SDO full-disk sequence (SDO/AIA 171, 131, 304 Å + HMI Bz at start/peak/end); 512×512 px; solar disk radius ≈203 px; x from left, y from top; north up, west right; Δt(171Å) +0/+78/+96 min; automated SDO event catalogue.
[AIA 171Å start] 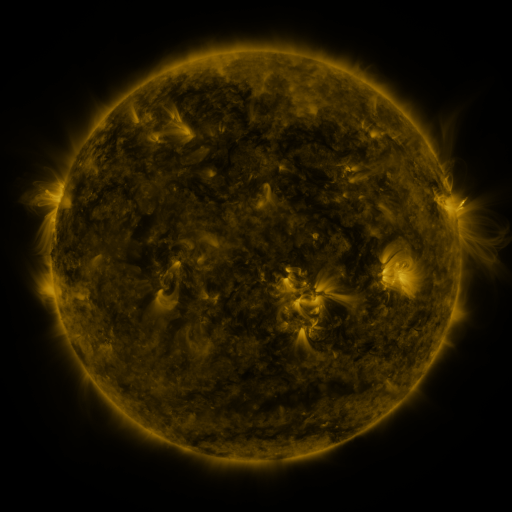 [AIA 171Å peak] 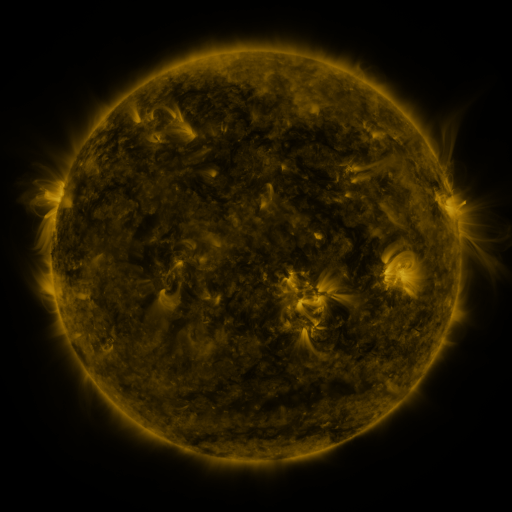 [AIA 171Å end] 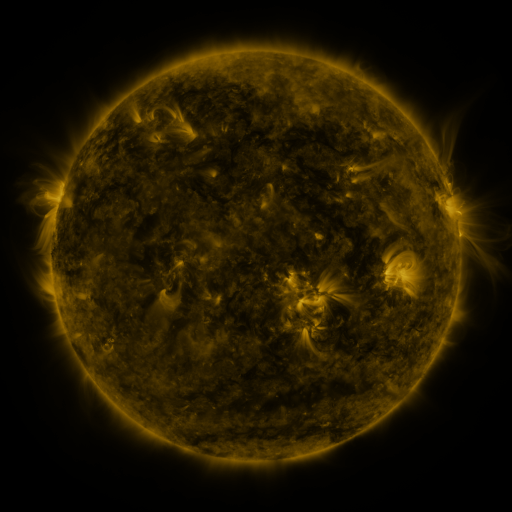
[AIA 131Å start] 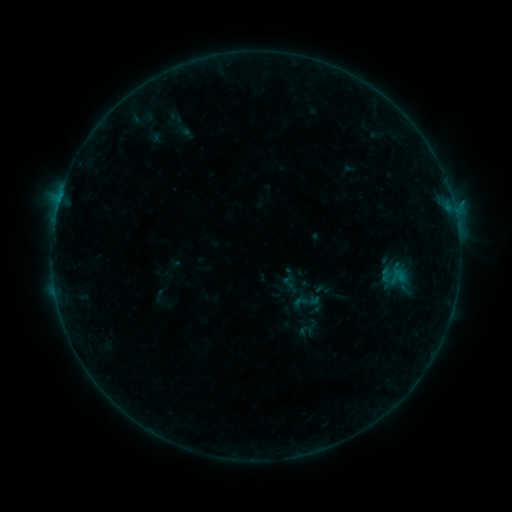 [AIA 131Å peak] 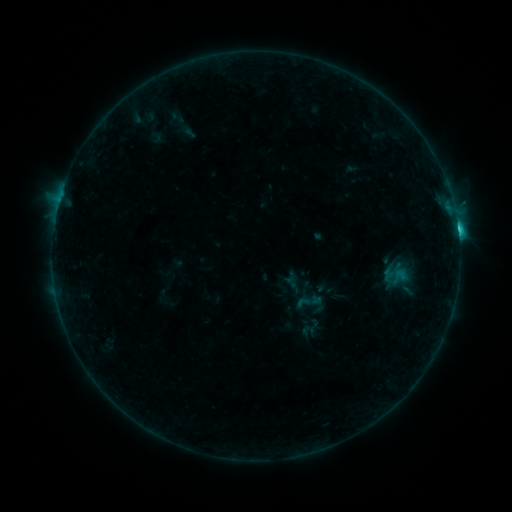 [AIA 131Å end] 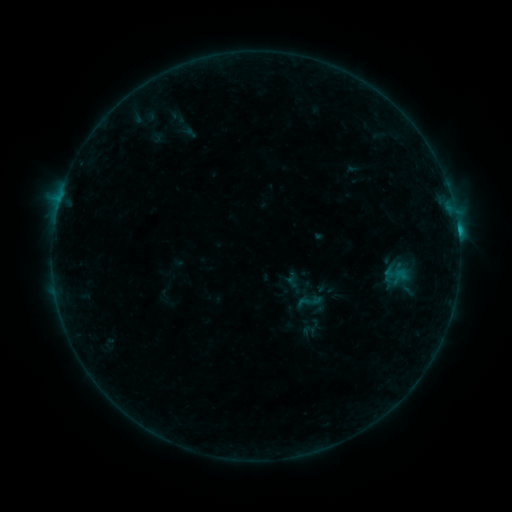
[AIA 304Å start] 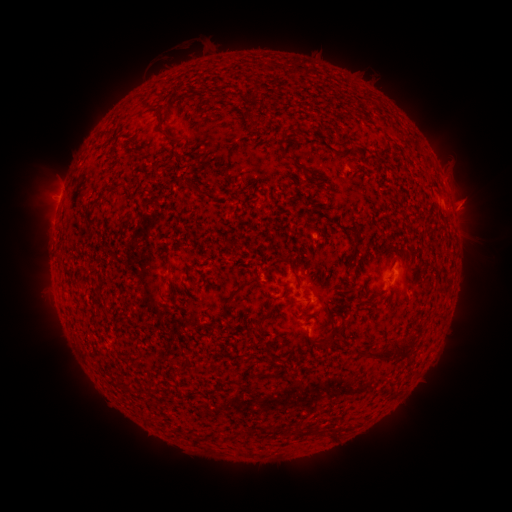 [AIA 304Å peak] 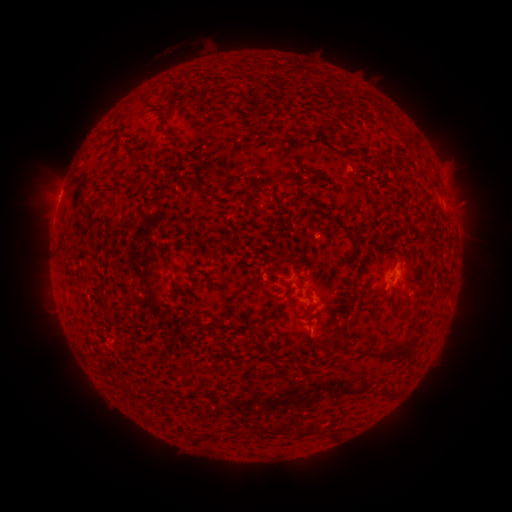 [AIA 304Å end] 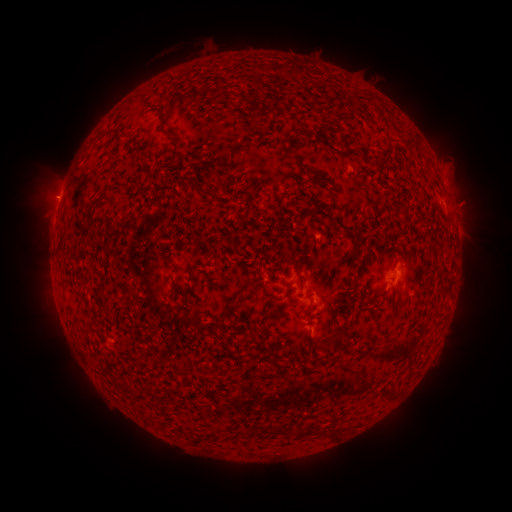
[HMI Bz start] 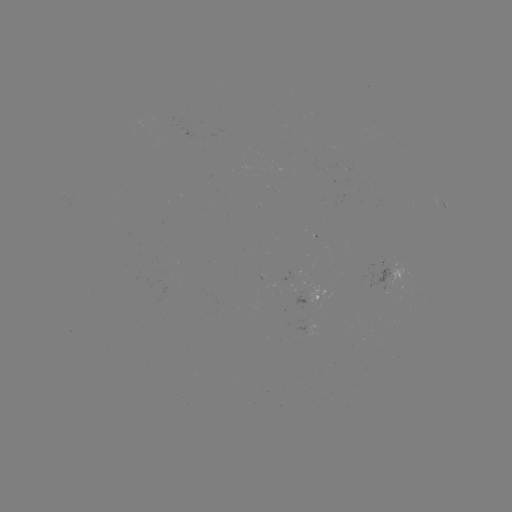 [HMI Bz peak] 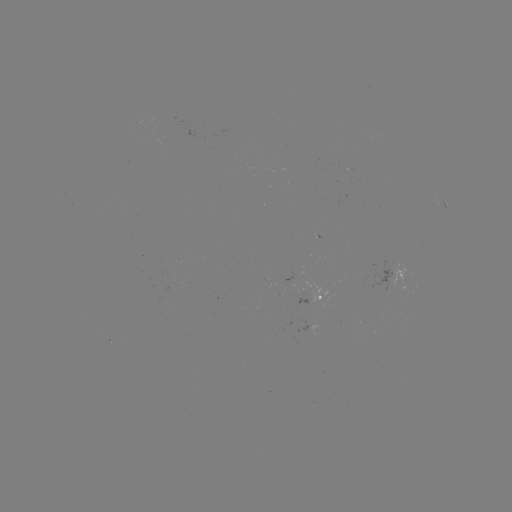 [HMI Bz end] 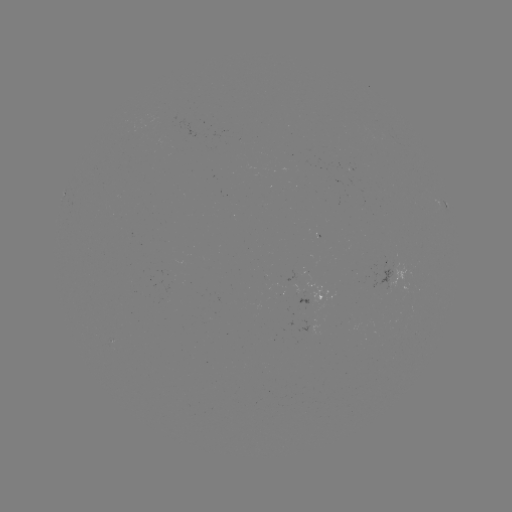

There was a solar flare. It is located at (457, 230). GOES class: C2.6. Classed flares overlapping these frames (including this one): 2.